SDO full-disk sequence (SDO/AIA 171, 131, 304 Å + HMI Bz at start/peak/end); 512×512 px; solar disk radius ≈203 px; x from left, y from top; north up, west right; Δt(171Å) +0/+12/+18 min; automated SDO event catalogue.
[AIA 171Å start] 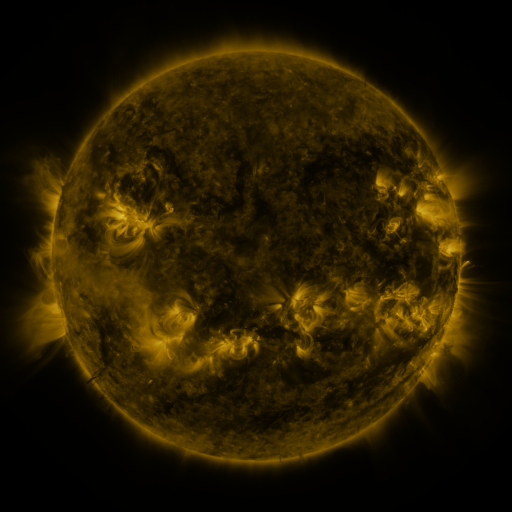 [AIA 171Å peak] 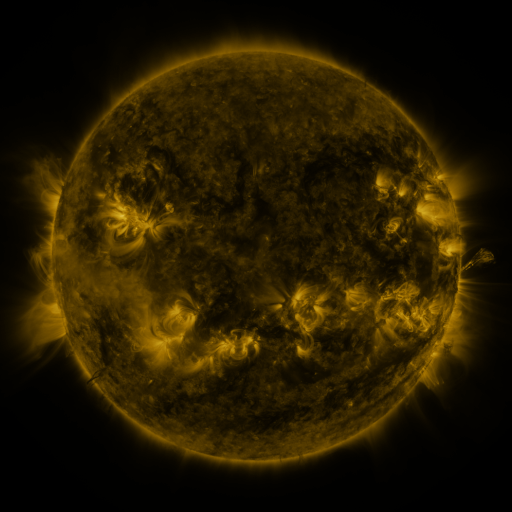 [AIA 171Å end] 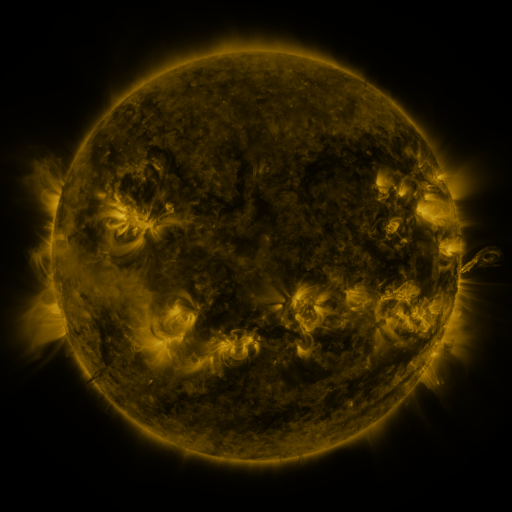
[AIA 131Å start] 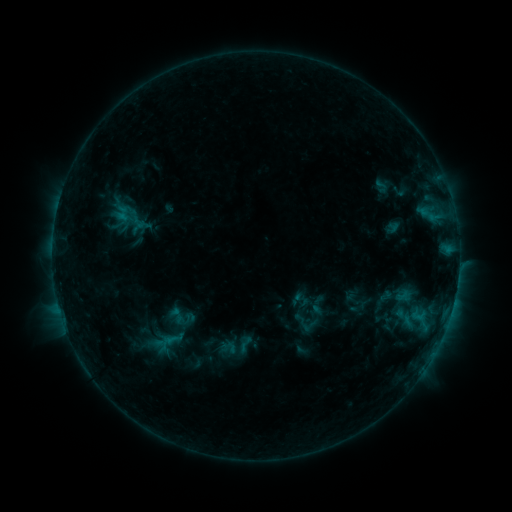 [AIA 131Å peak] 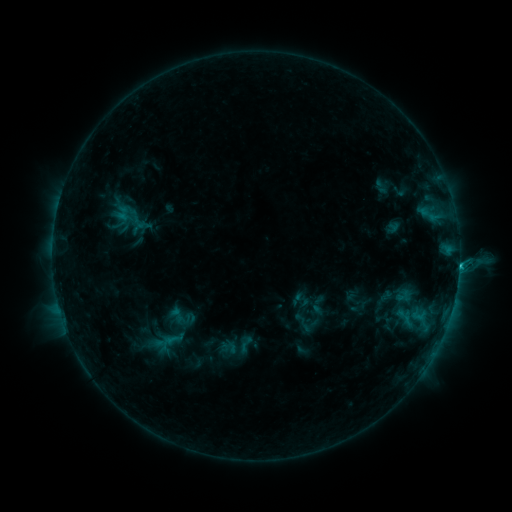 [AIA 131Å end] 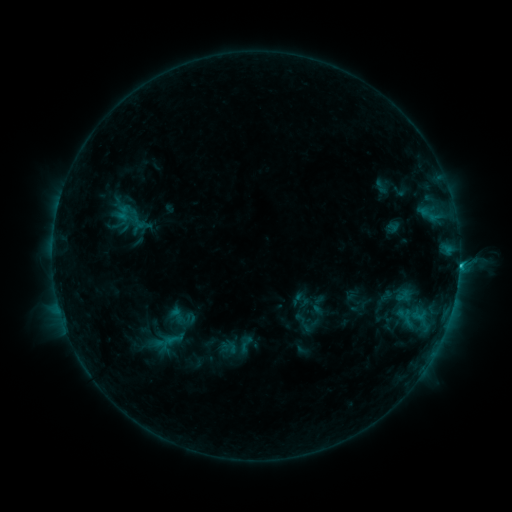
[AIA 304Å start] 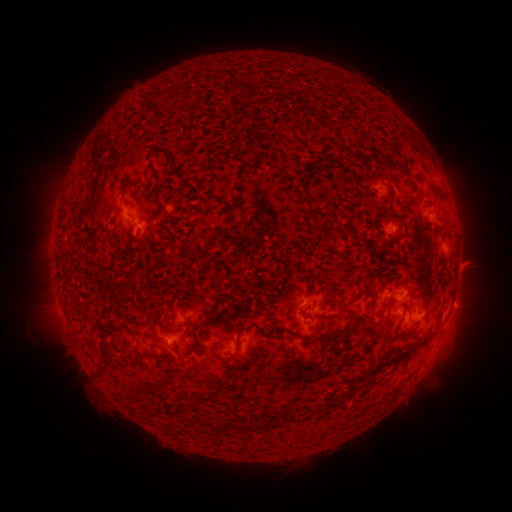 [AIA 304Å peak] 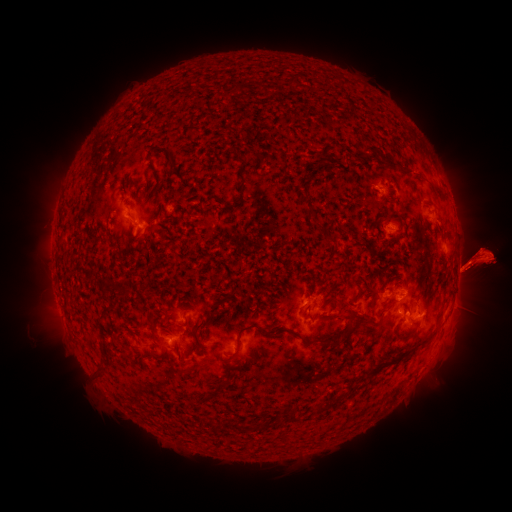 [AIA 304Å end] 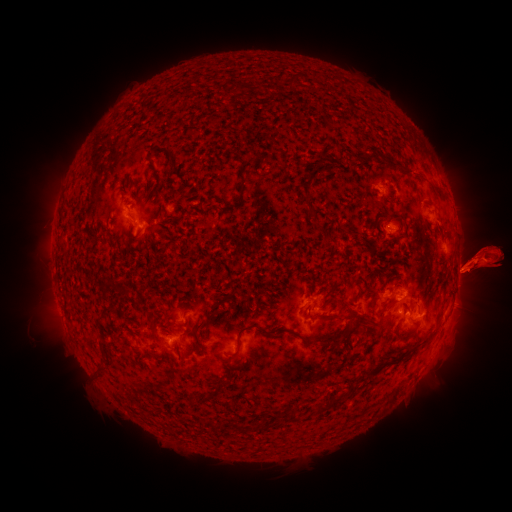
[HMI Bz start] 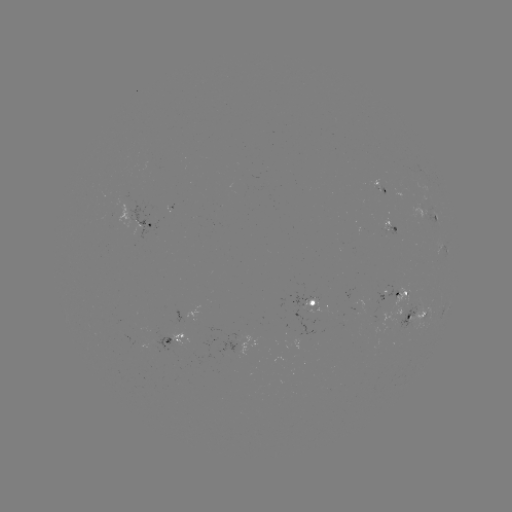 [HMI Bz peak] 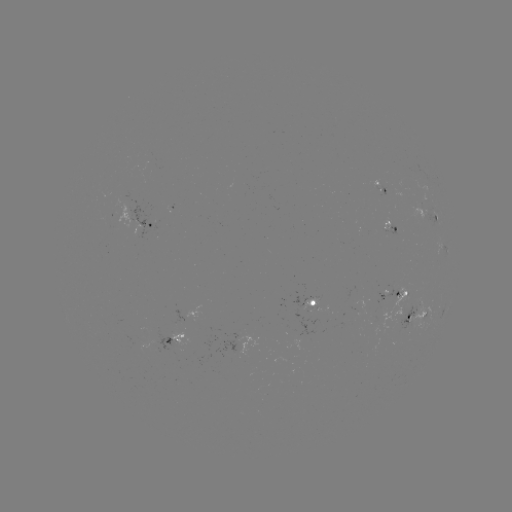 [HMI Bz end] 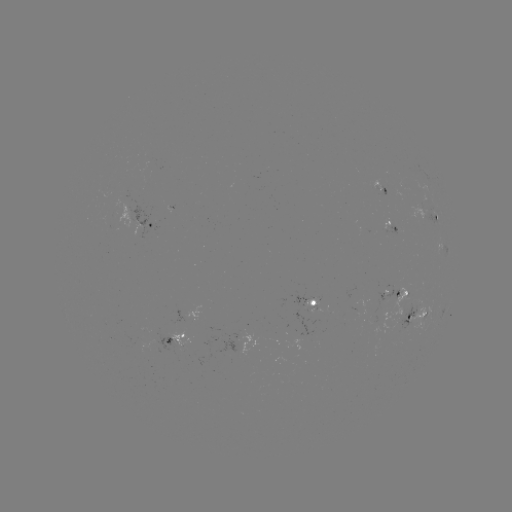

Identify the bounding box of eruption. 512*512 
[0, 227, 53, 290].